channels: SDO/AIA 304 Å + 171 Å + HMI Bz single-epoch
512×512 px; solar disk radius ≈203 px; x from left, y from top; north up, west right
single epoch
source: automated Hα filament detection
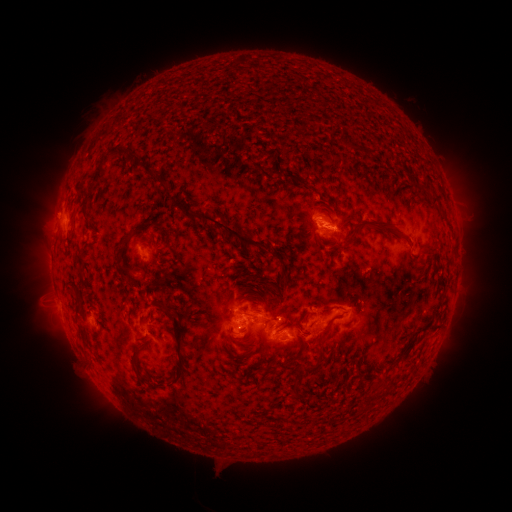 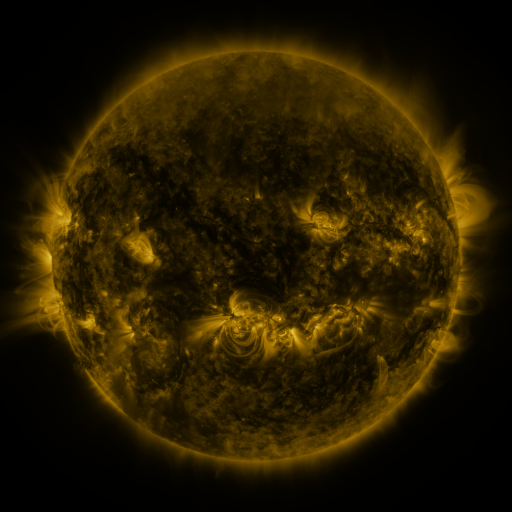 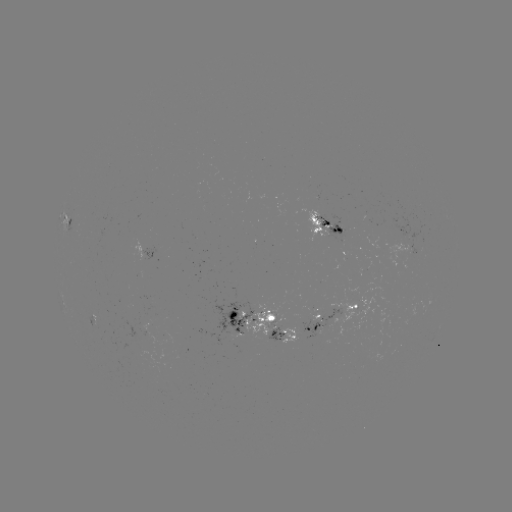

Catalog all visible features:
filament: (338, 138, 376, 154)
filament: (91, 147, 124, 186)
filament: (263, 162, 277, 176)
filament: (252, 165, 266, 183)
filament: (280, 172, 329, 206)
filament: (157, 178, 168, 188)
filament: (274, 181, 292, 193)
filament: (281, 190, 290, 201)
filament: (159, 194, 185, 211)
filament: (429, 194, 439, 204)
filament: (329, 195, 340, 210)
filament: (183, 207, 280, 251)
filament: (123, 215, 137, 226)
filament: (332, 215, 401, 254)
filament: (114, 217, 150, 280)
filament: (250, 252, 259, 261)
filament: (140, 262, 150, 284)
filament: (278, 269, 289, 287)
filament: (177, 270, 192, 280)
filament: (243, 271, 271, 292)
filament: (207, 277, 217, 288)
filament: (66, 286, 80, 302)
filament: (224, 289, 232, 298)
filament: (148, 299, 189, 388)
filament: (136, 300, 146, 310)
filament: (173, 304, 194, 319)
filament: (321, 304, 334, 313)
filament: (127, 306, 138, 317)
filament: (147, 309, 156, 322)
filament: (297, 311, 310, 327)
filament: (317, 317, 335, 347)
filament: (430, 321, 442, 329)
filament: (77, 324, 87, 337)
filament: (239, 326, 249, 333)
filament: (350, 329, 361, 341)
filament: (197, 331, 214, 345)
filament: (138, 336, 148, 343)
filament: (403, 336, 419, 354)
filament: (244, 338, 255, 345)
filament: (132, 347, 154, 386)
filament: (279, 351, 307, 368)
filament: (236, 352, 252, 360)
filament: (293, 361, 321, 392)
filament: (240, 368, 253, 384)
